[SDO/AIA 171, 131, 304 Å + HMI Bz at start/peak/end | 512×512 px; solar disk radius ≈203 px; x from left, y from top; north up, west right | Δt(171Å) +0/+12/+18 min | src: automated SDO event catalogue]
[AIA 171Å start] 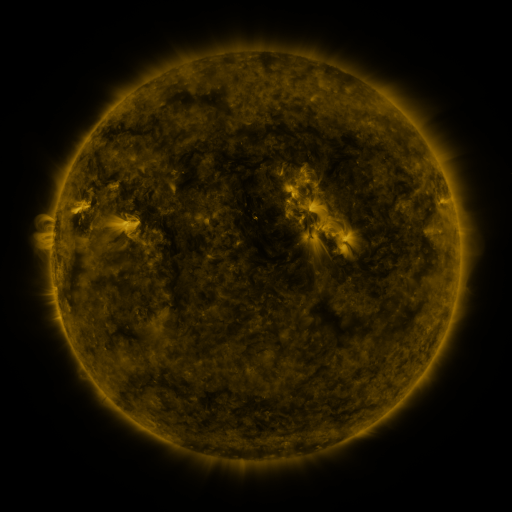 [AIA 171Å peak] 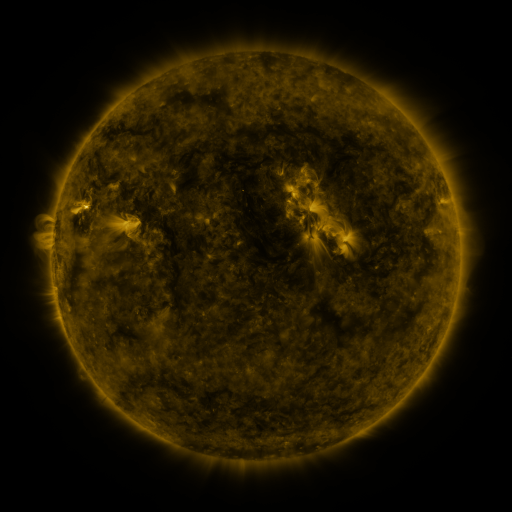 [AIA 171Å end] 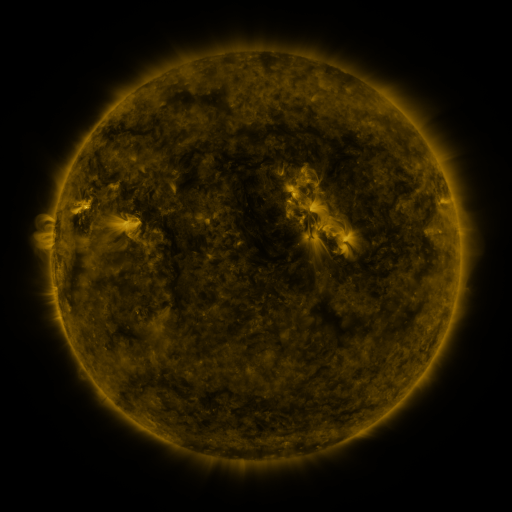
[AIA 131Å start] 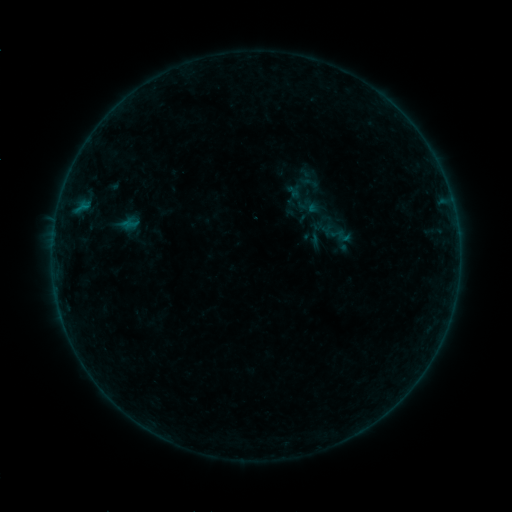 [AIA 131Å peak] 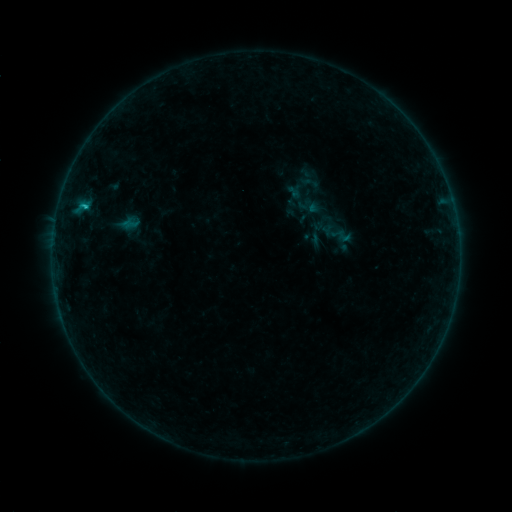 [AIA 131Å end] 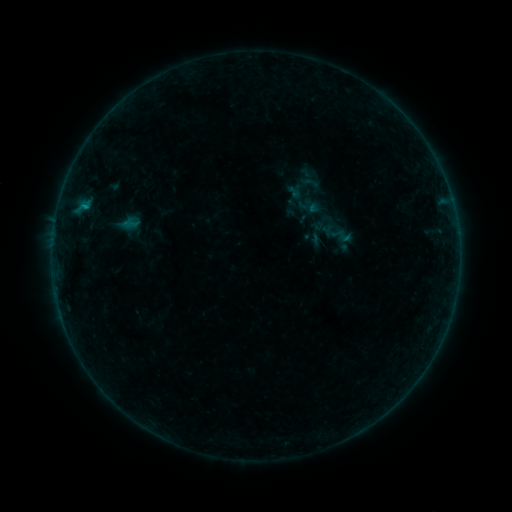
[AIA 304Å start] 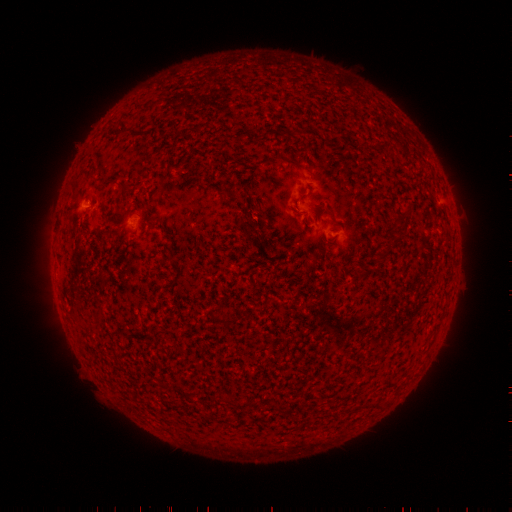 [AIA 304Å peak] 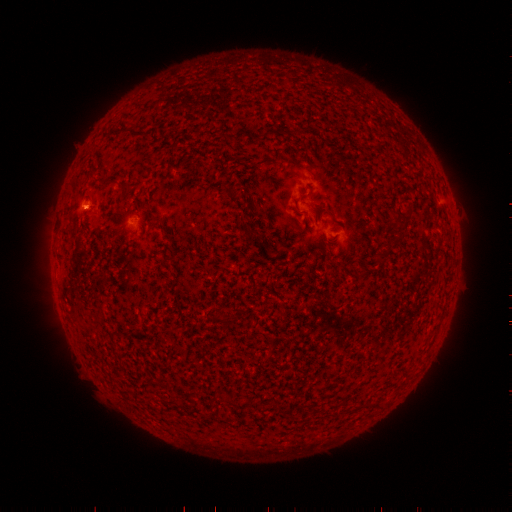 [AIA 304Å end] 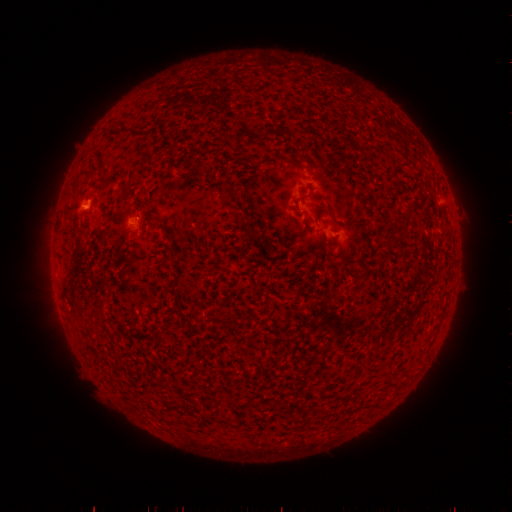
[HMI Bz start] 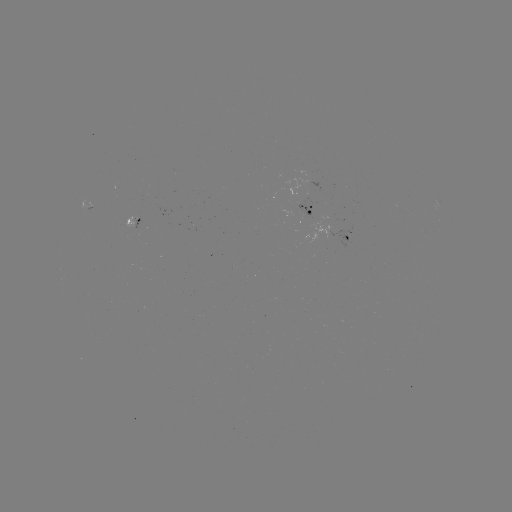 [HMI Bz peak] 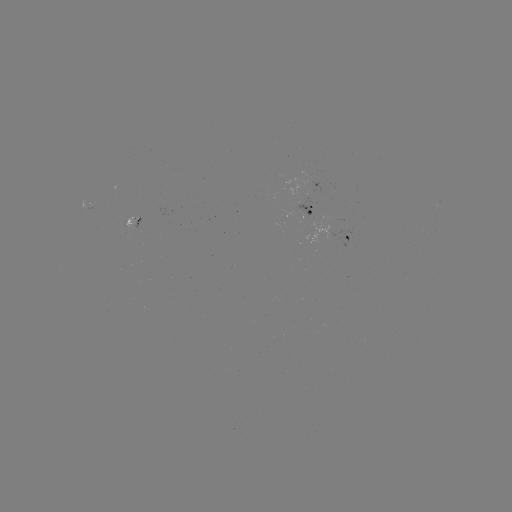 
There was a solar flare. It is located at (86, 207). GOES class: B5.3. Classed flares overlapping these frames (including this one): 1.